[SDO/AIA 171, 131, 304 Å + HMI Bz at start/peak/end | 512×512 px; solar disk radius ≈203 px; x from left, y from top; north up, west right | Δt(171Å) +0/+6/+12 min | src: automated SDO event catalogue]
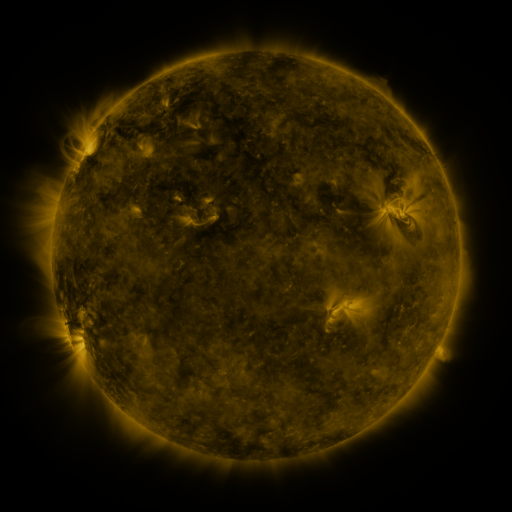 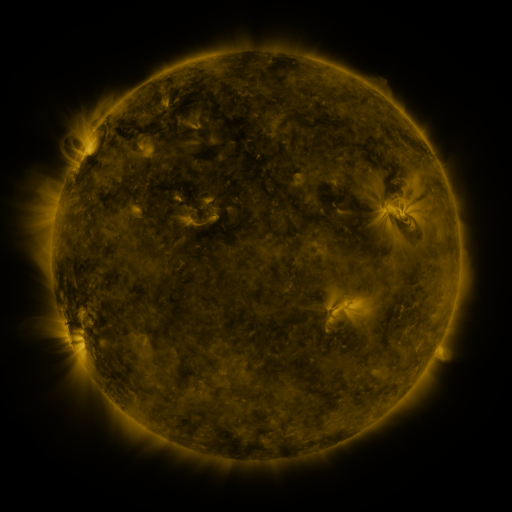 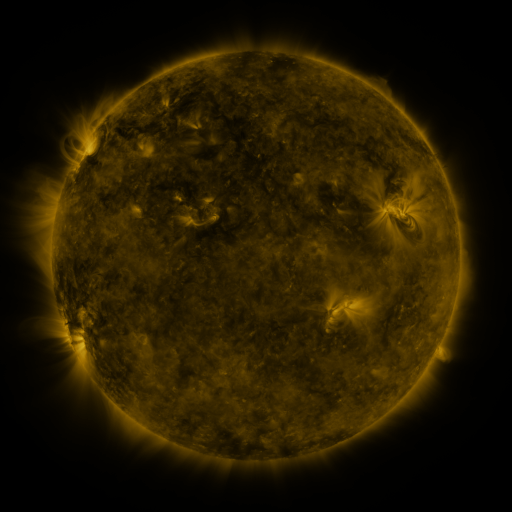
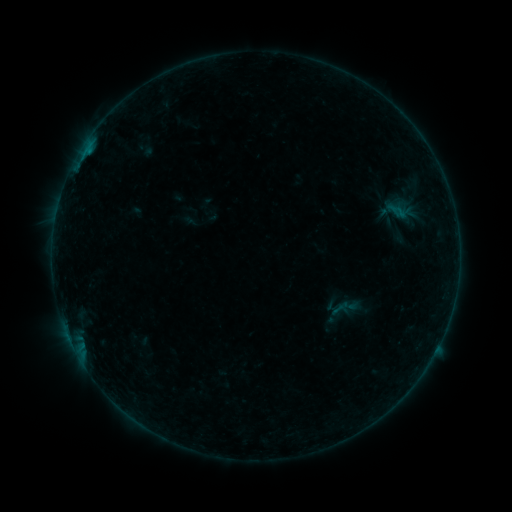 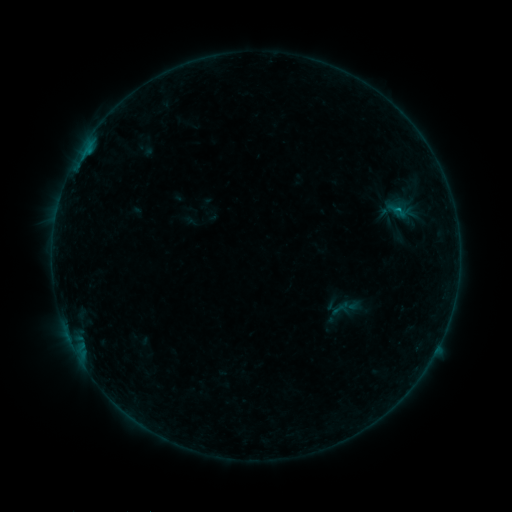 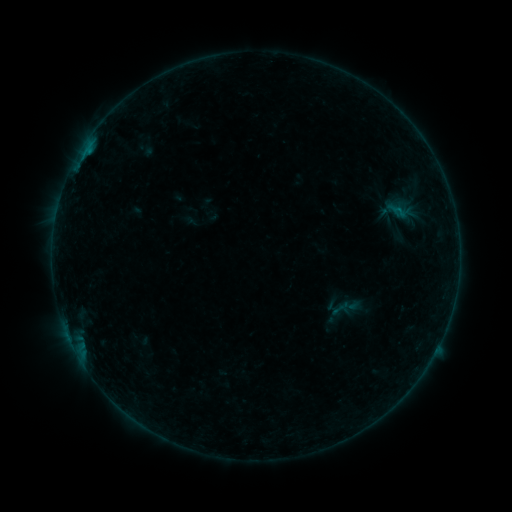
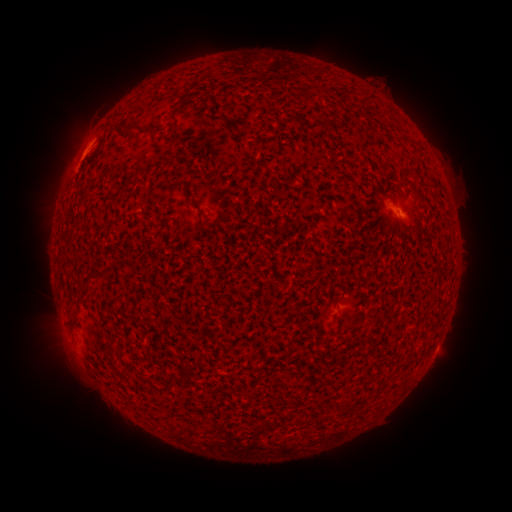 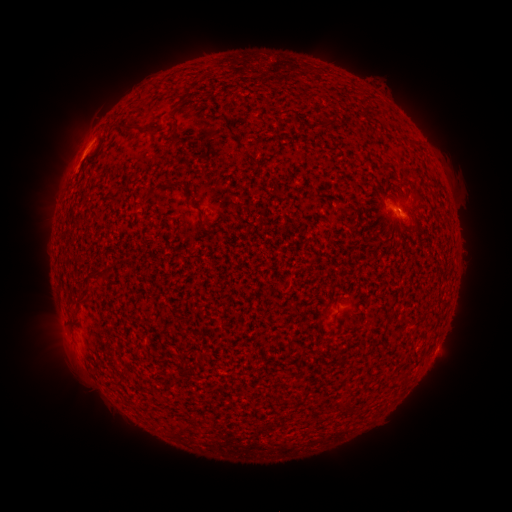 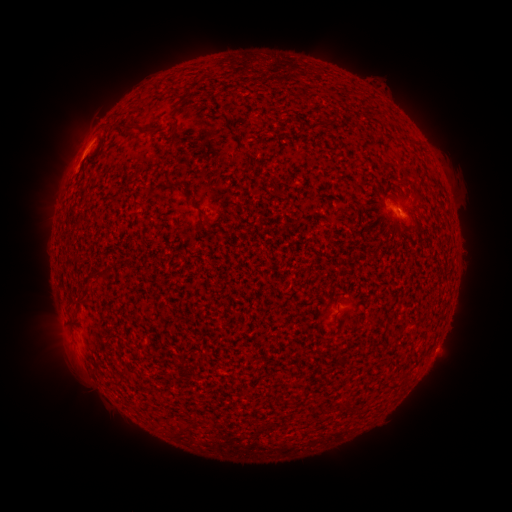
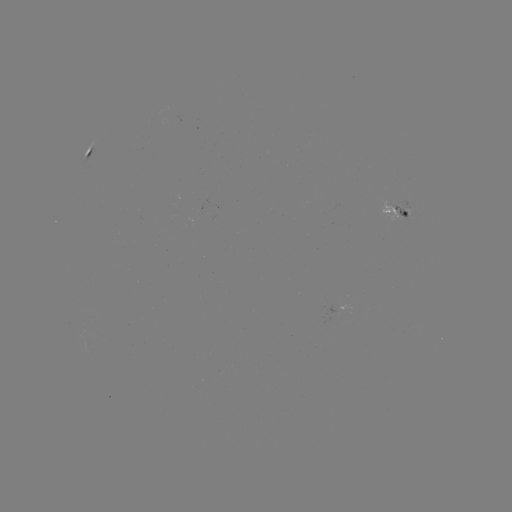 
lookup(B2.1 flare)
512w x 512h [393, 211]